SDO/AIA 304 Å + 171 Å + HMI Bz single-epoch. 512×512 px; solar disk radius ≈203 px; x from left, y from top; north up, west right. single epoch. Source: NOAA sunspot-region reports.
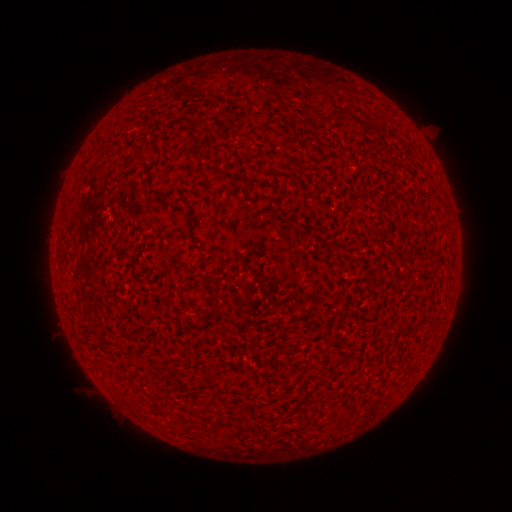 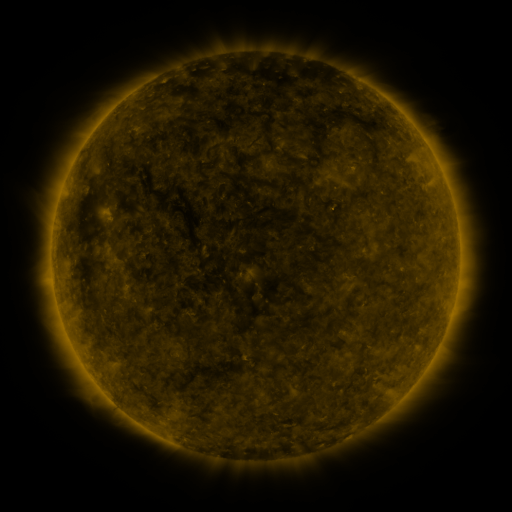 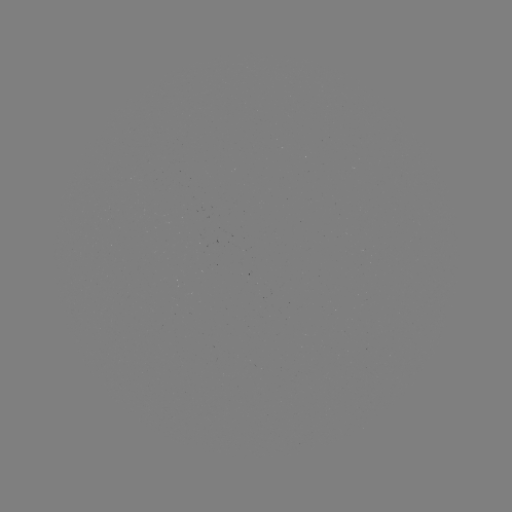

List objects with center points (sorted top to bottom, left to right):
(none)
